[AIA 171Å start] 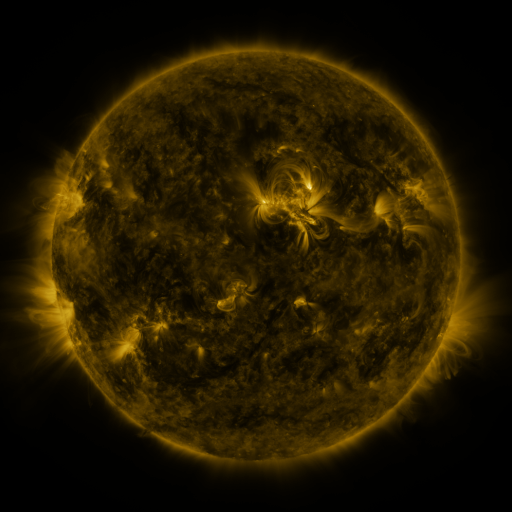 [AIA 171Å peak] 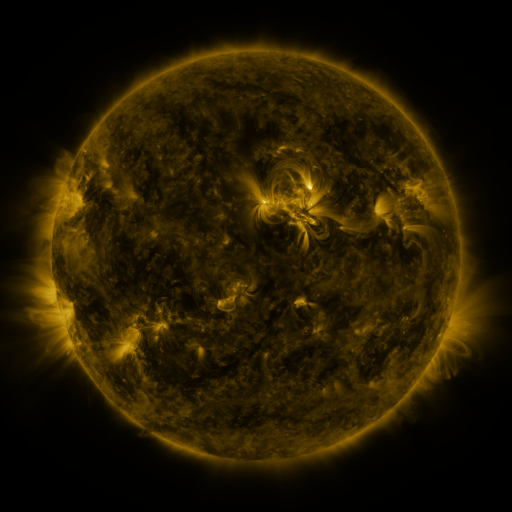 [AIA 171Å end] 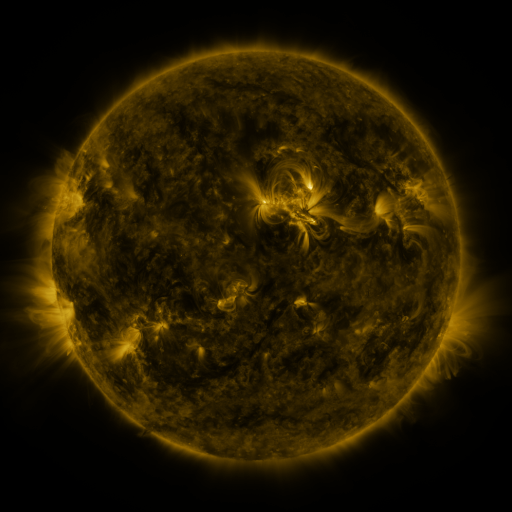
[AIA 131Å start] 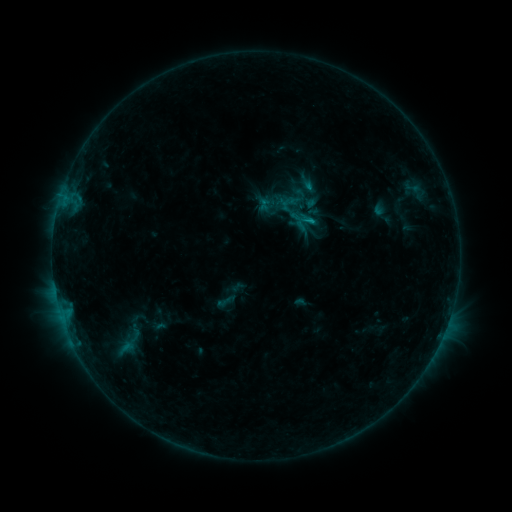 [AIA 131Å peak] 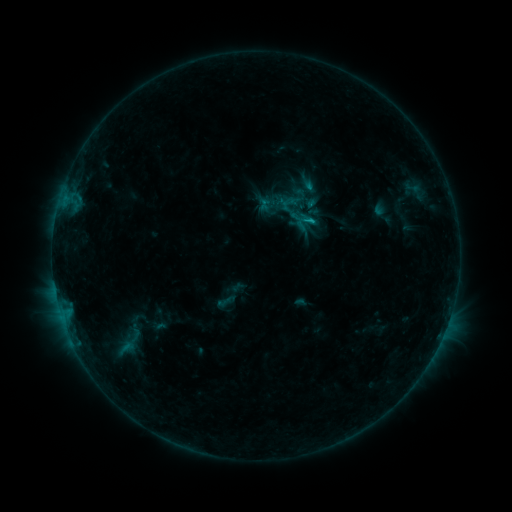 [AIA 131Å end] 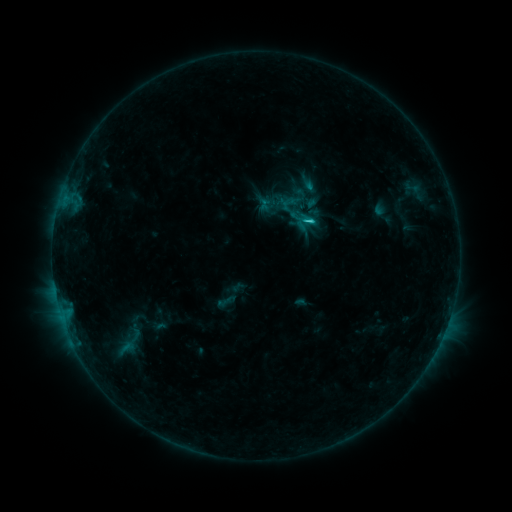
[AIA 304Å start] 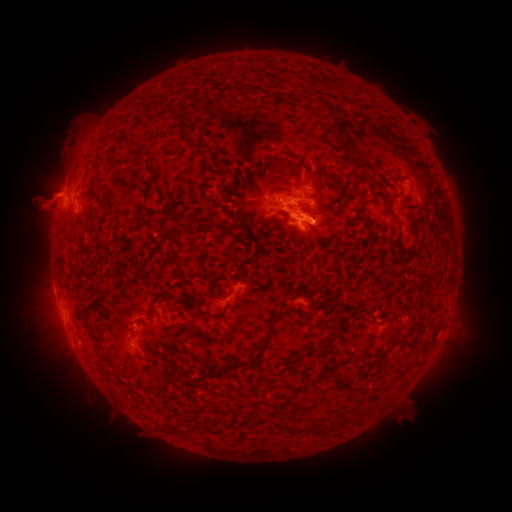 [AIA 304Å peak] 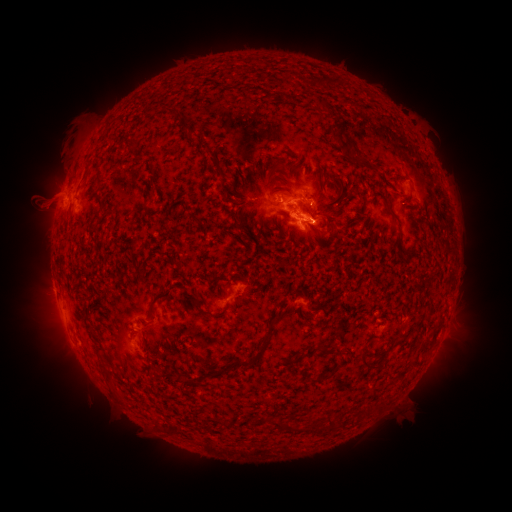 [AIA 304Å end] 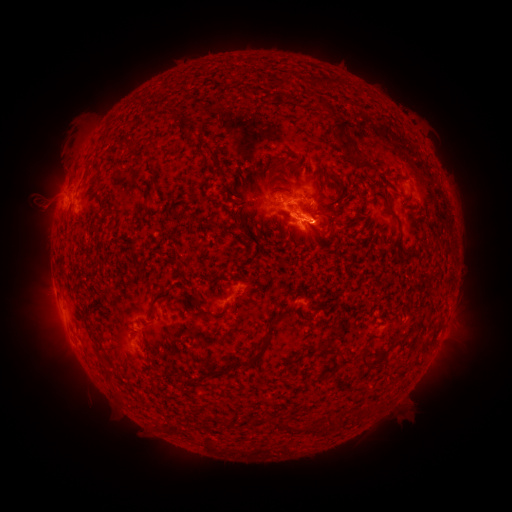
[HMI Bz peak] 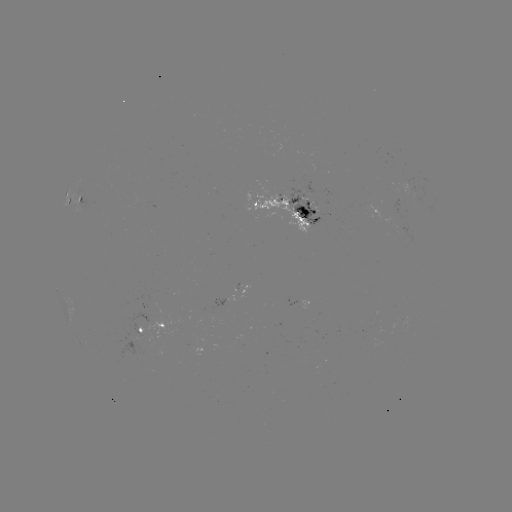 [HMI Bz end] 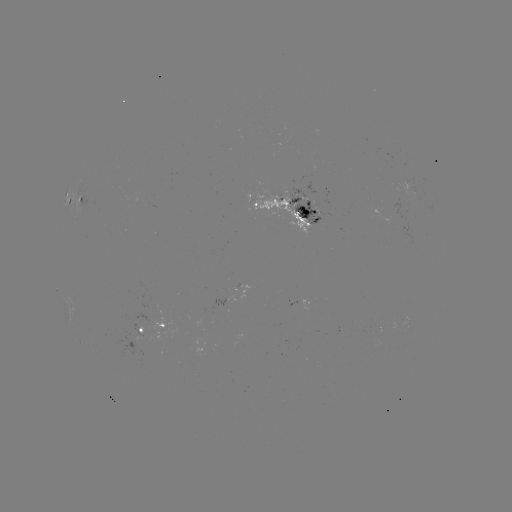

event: flare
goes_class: C1.5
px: (311, 224)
